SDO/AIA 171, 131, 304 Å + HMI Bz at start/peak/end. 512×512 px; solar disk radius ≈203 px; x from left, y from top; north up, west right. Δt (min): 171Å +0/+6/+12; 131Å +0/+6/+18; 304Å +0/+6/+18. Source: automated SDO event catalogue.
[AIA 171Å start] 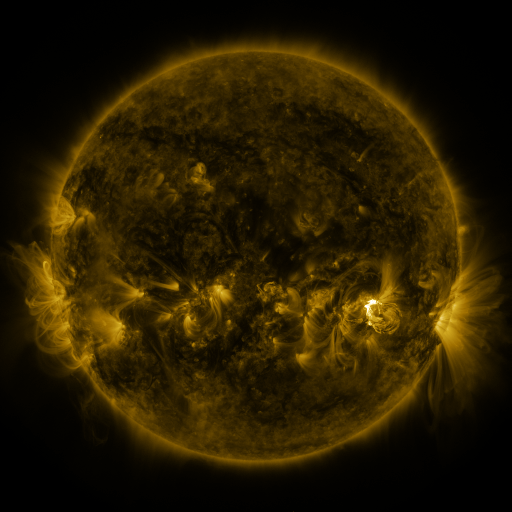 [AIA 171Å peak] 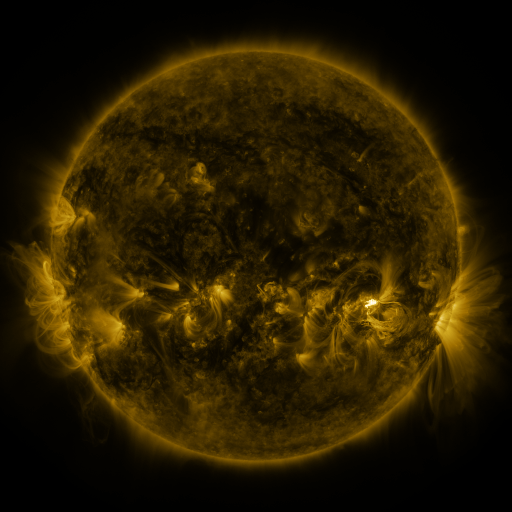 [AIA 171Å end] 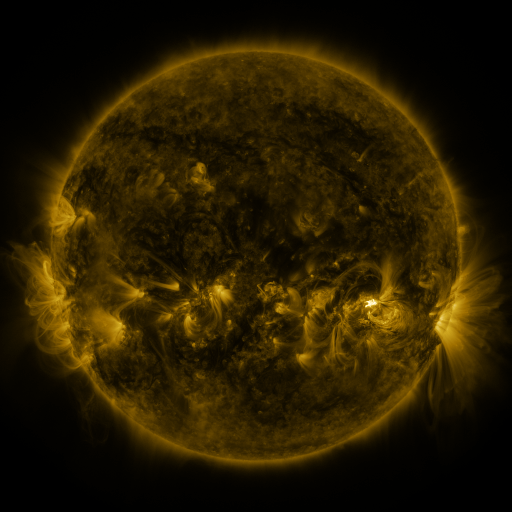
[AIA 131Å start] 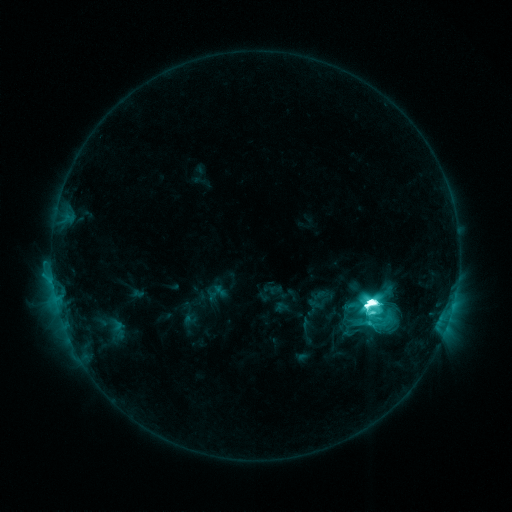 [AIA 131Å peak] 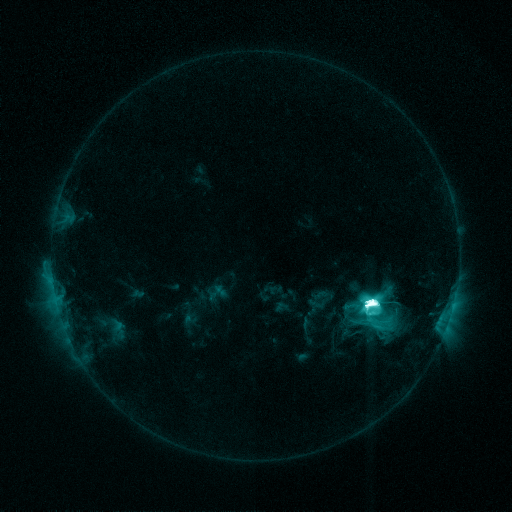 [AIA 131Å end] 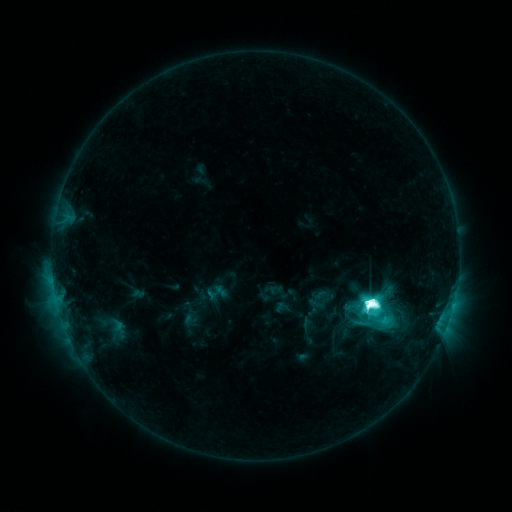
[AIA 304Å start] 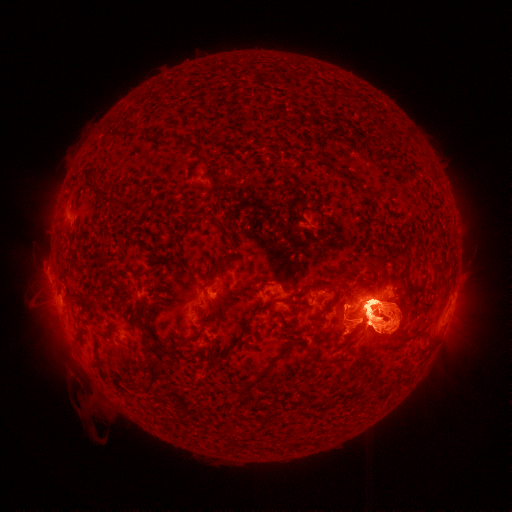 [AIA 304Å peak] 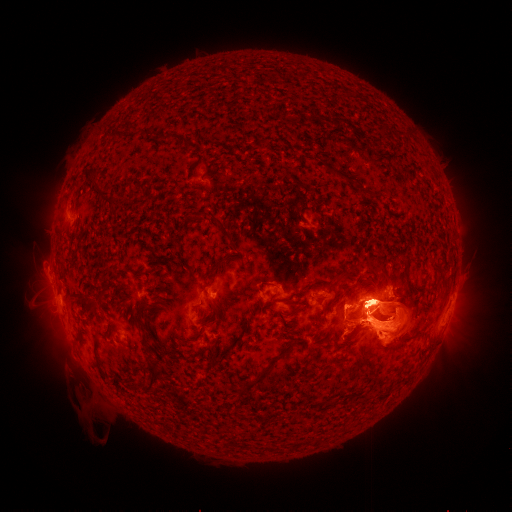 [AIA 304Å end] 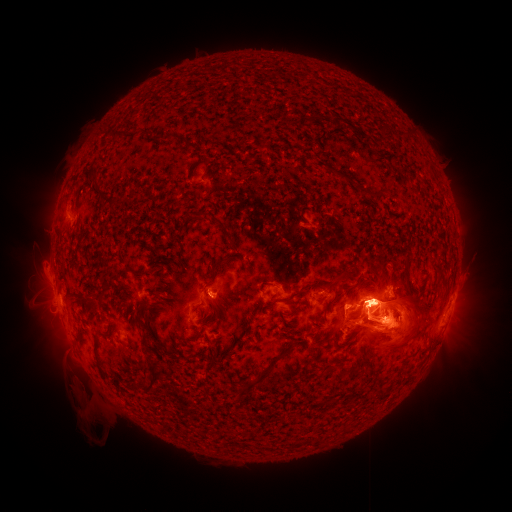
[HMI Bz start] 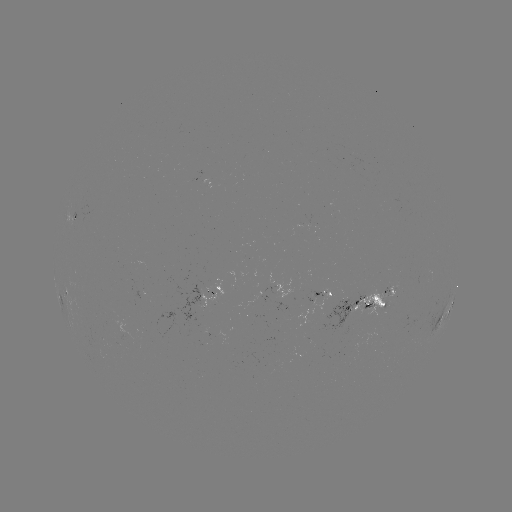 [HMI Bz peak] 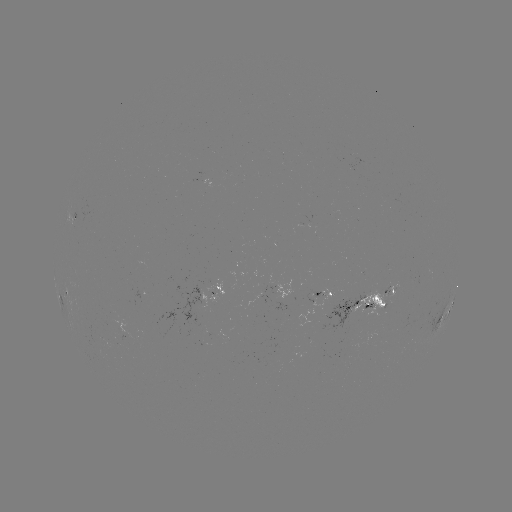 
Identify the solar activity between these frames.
eruption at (38, 330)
